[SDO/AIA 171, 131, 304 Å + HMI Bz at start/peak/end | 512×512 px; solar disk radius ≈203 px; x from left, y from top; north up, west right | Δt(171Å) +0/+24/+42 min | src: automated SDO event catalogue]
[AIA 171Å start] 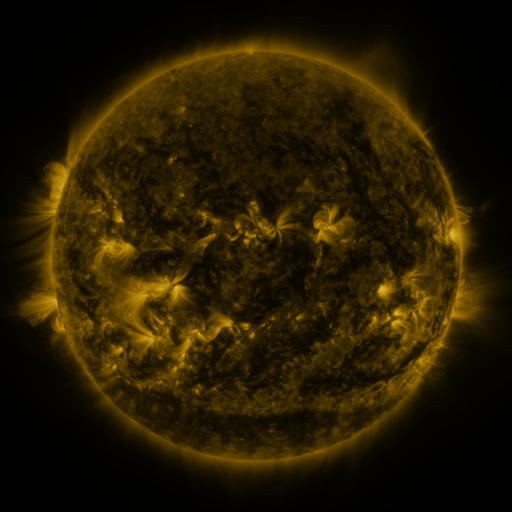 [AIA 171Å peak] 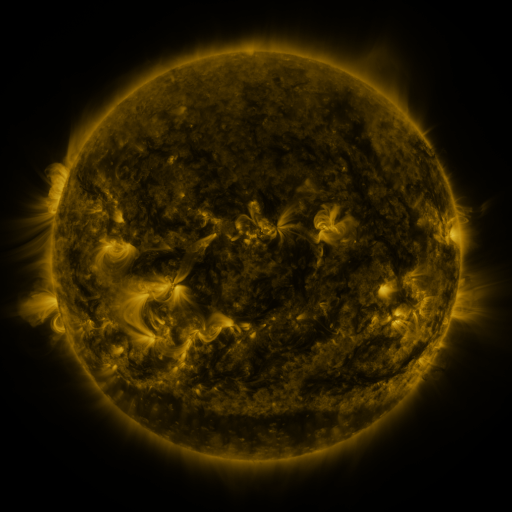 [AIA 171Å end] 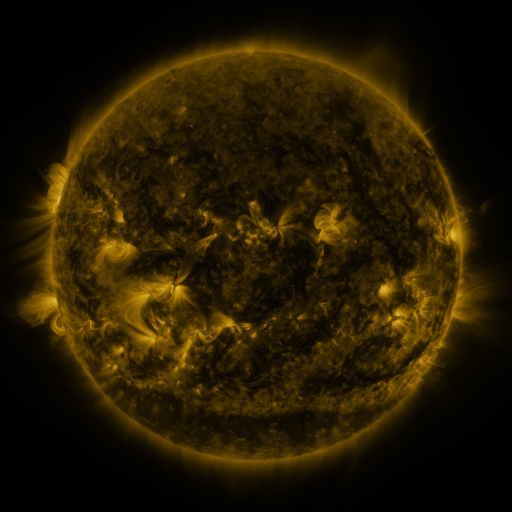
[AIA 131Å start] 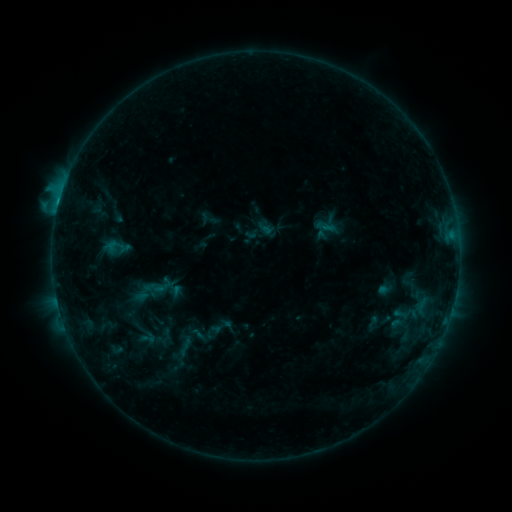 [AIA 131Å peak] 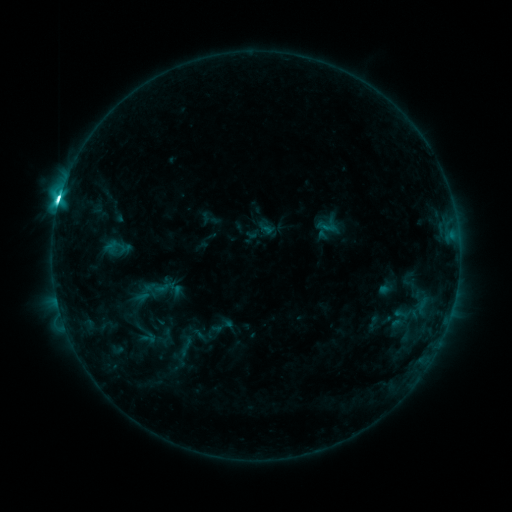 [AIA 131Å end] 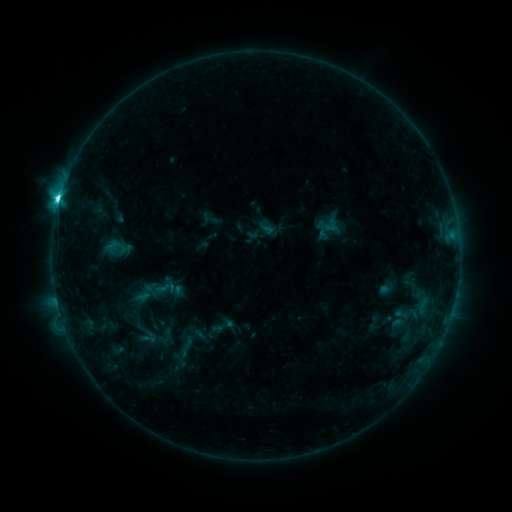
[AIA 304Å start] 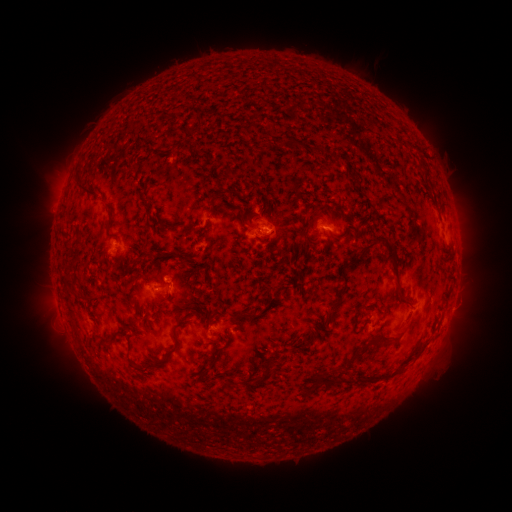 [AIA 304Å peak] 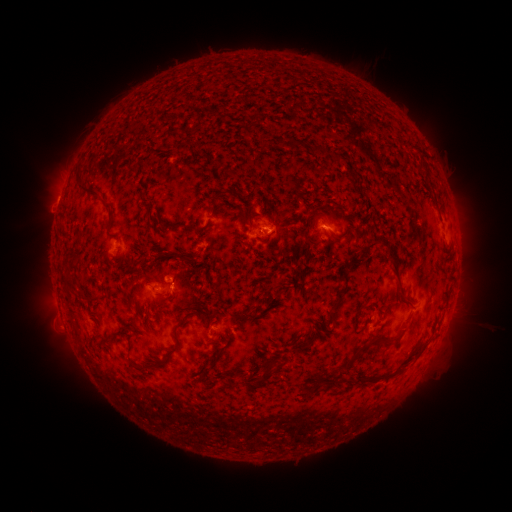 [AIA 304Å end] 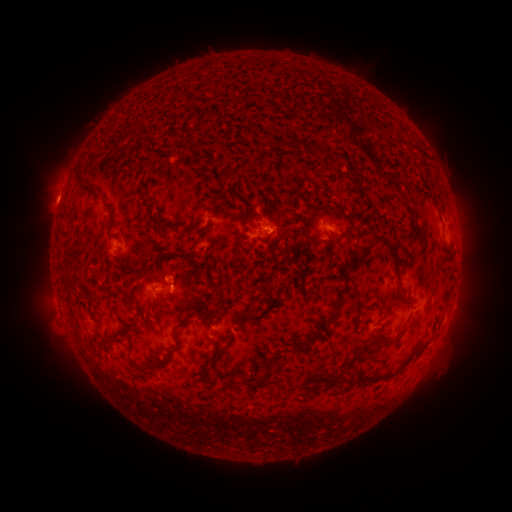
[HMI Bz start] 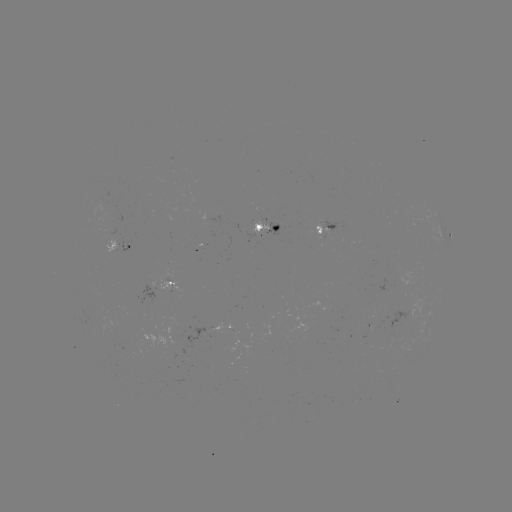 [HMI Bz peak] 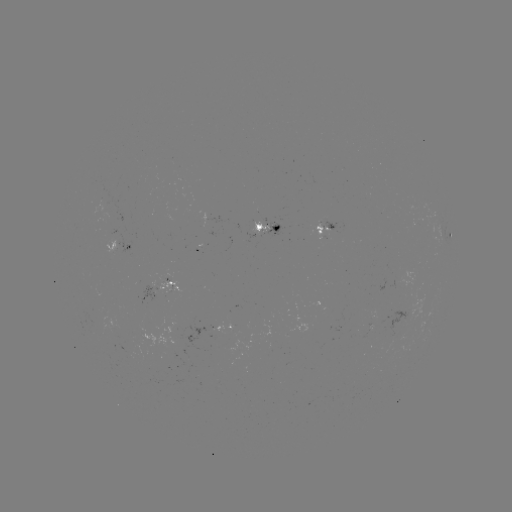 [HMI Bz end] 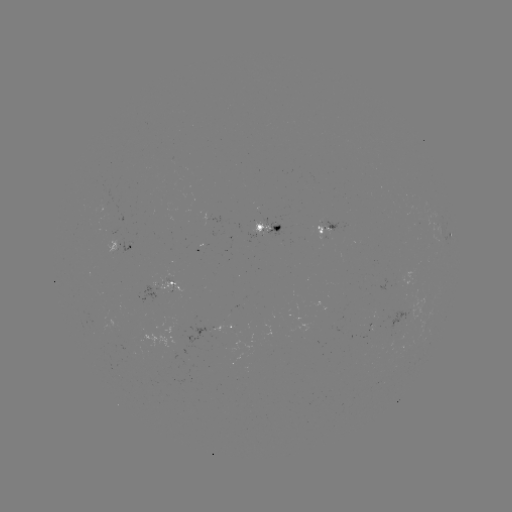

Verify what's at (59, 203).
C9.4 flare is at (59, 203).